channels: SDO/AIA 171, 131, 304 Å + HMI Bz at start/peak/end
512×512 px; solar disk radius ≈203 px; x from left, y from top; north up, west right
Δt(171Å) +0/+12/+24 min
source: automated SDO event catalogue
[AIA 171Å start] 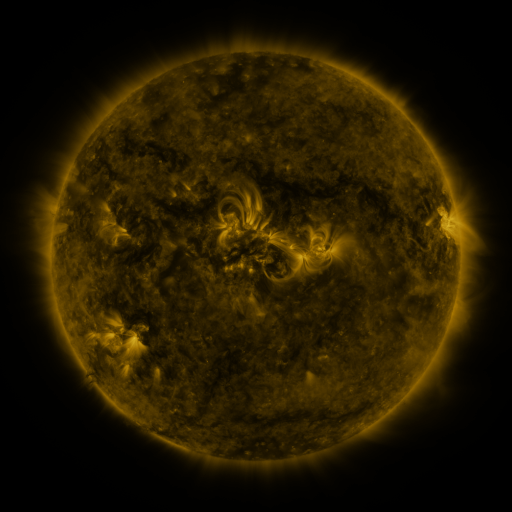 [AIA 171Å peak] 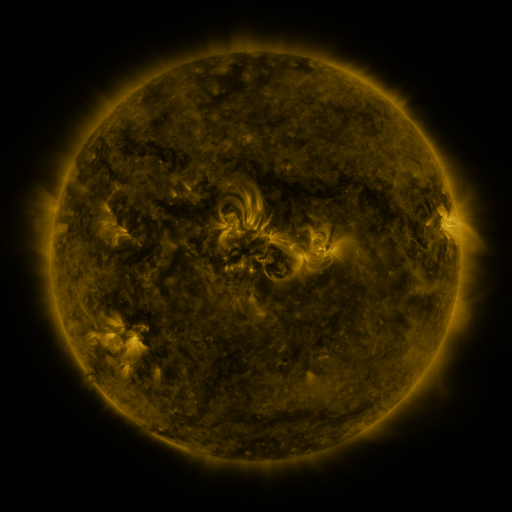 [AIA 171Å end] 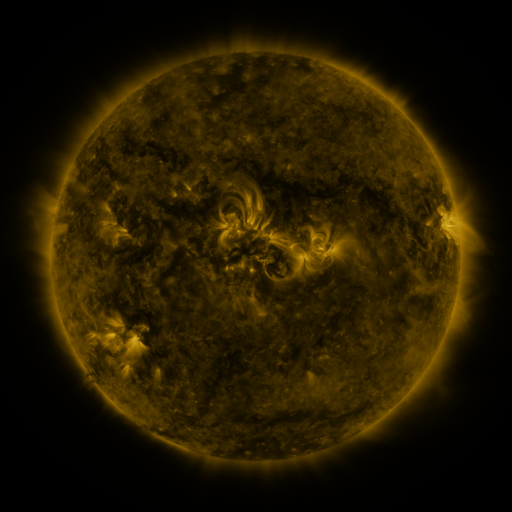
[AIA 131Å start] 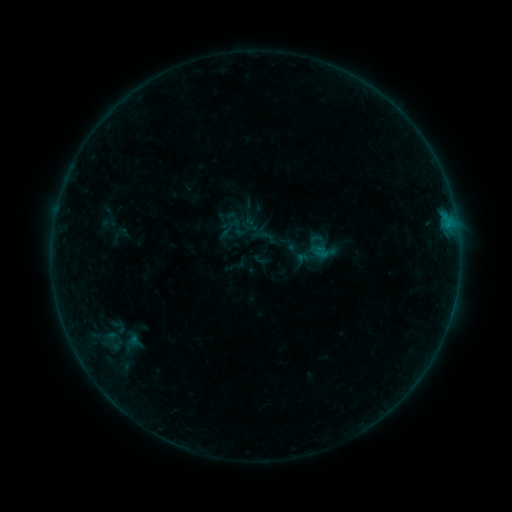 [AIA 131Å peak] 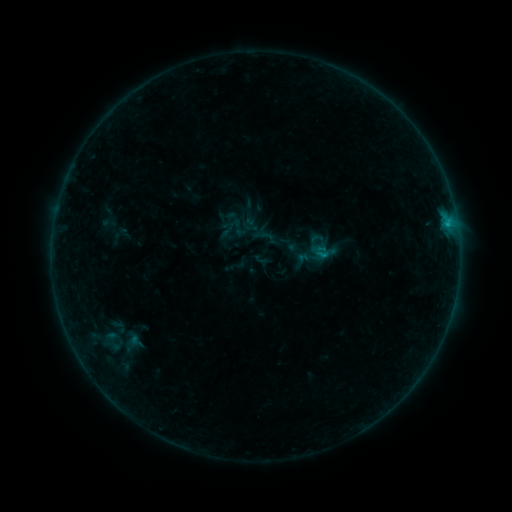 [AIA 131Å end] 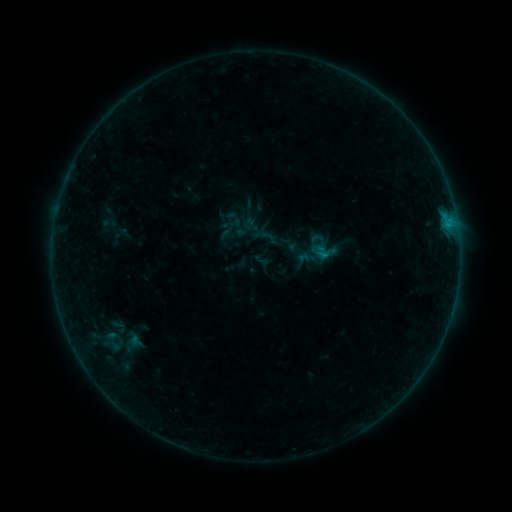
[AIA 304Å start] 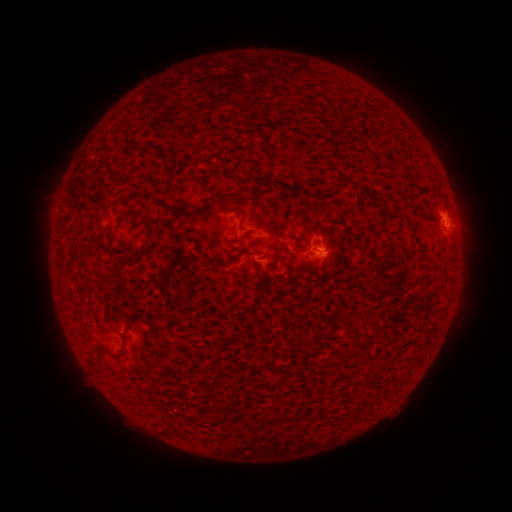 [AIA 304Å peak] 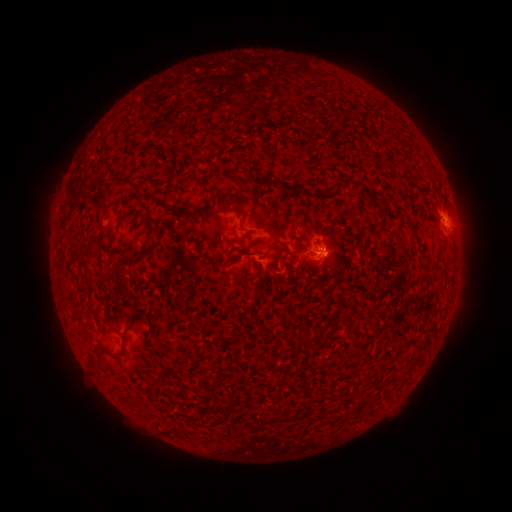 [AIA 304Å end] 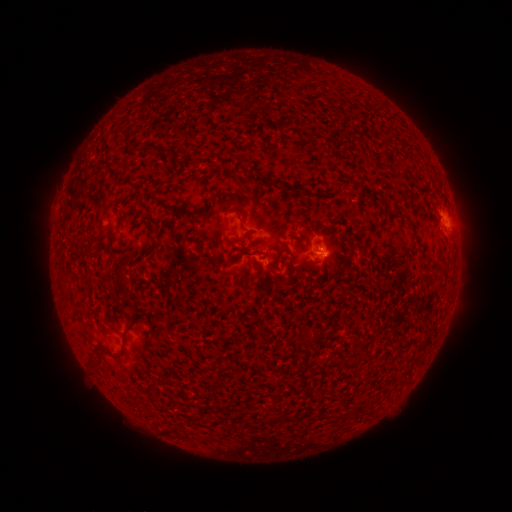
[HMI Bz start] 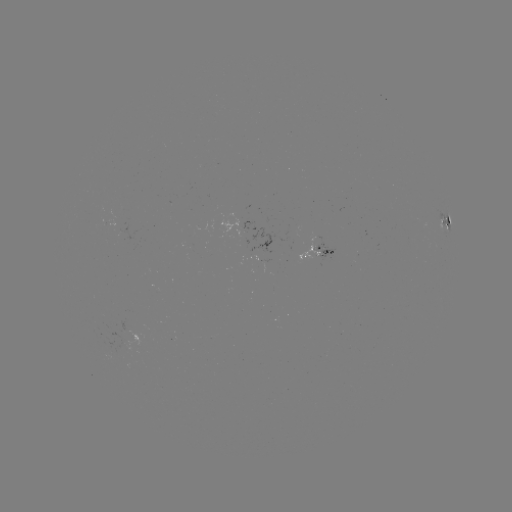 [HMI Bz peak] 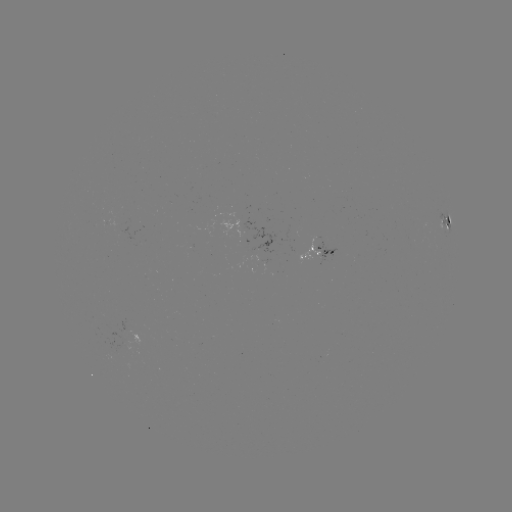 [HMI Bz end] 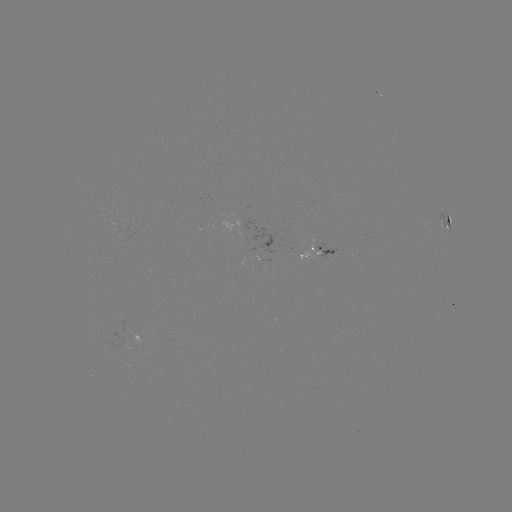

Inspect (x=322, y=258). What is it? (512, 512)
B4.4 flare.